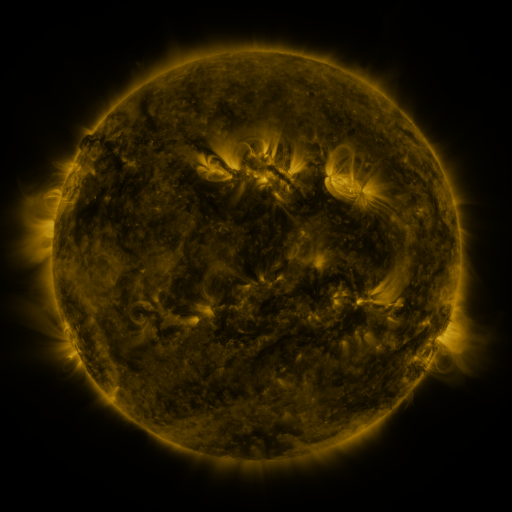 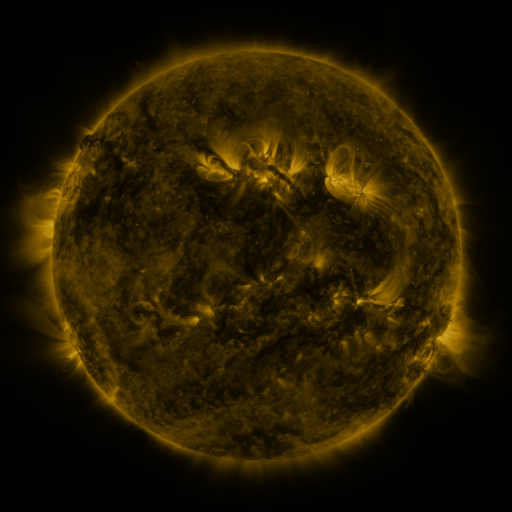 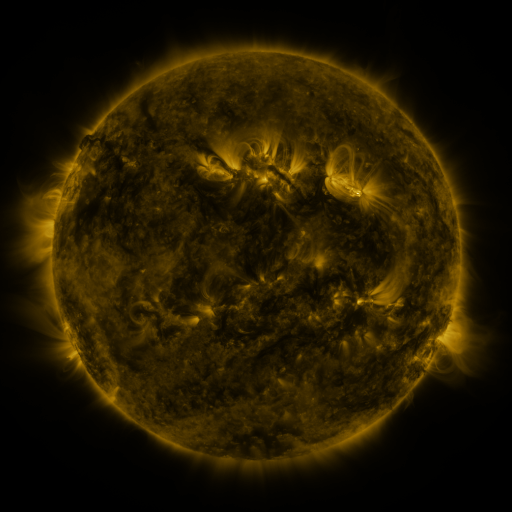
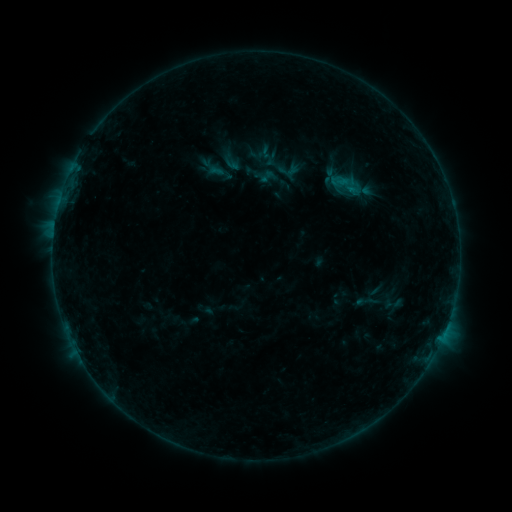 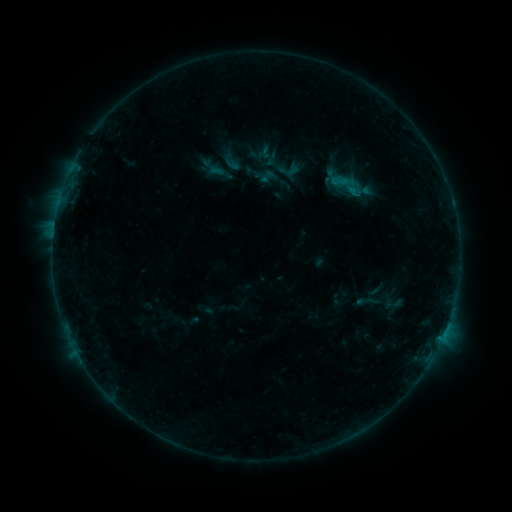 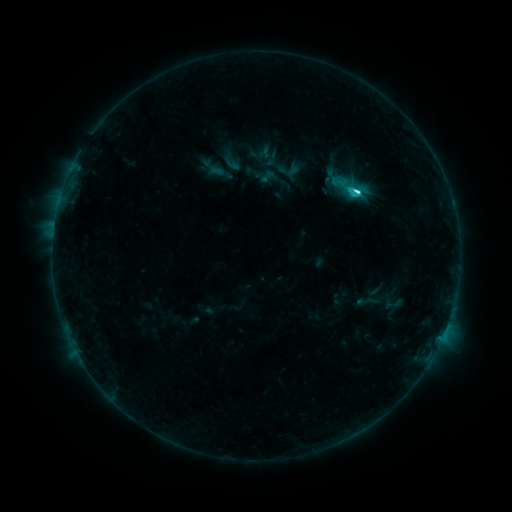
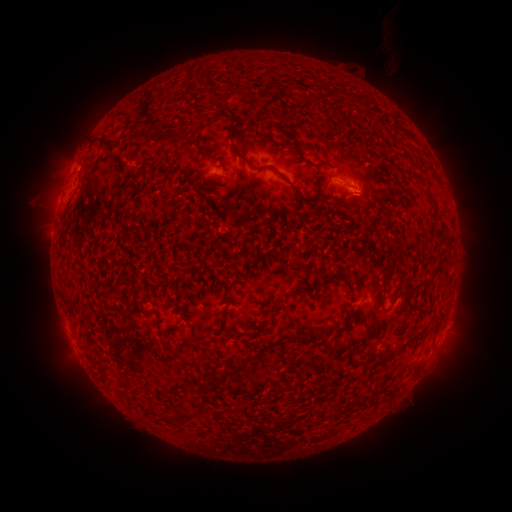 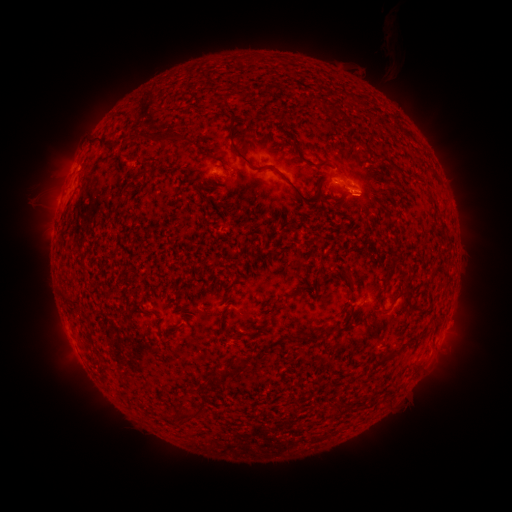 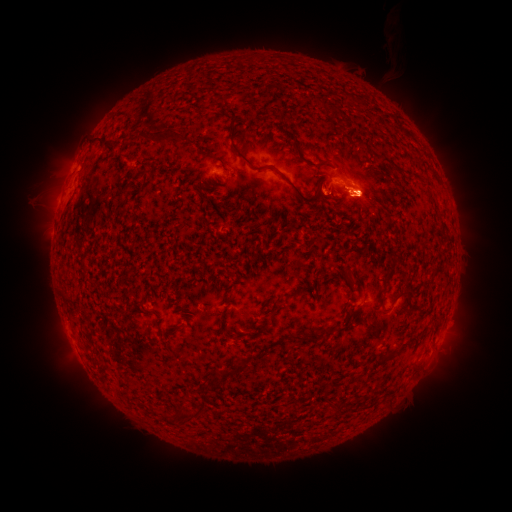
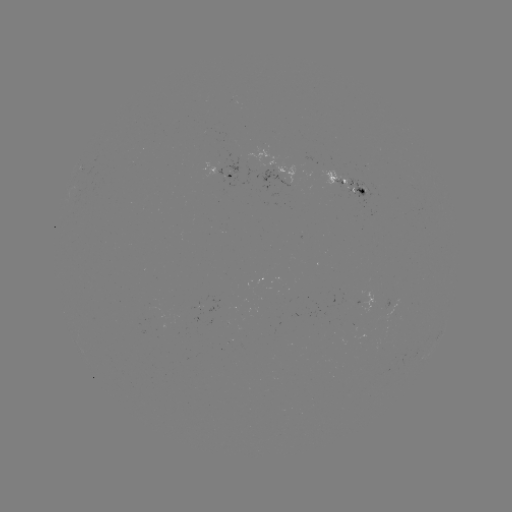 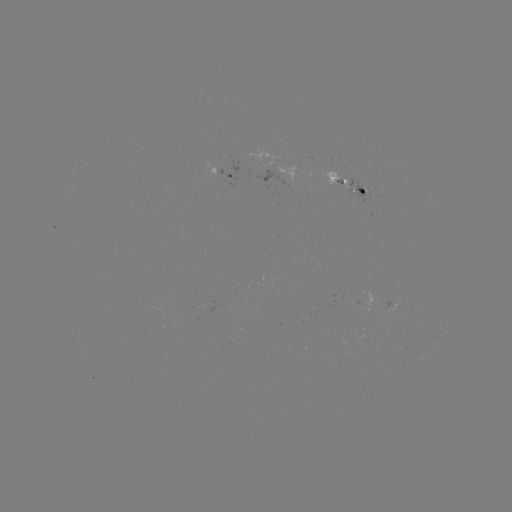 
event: eruption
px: (362, 195)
